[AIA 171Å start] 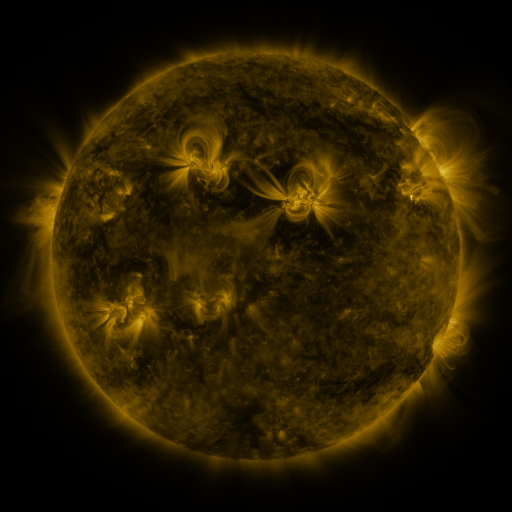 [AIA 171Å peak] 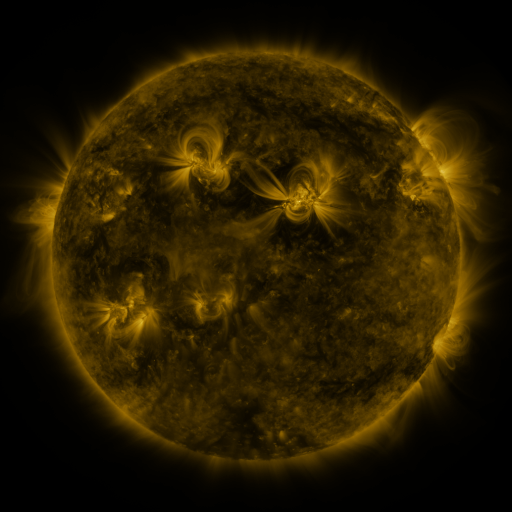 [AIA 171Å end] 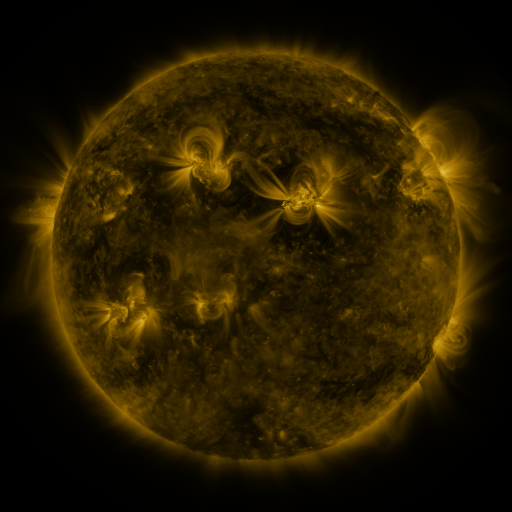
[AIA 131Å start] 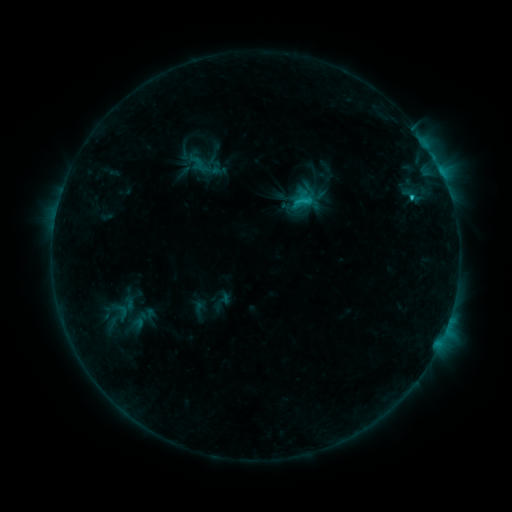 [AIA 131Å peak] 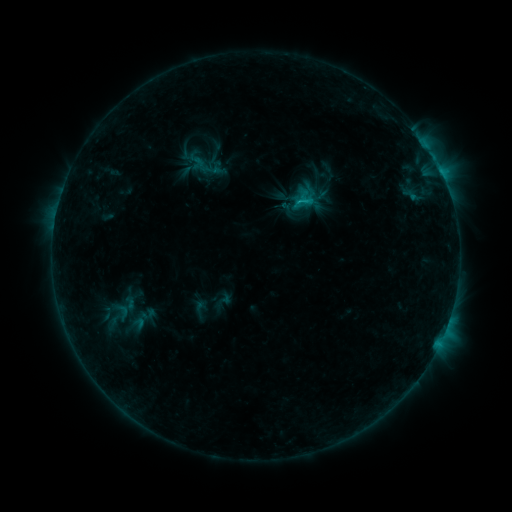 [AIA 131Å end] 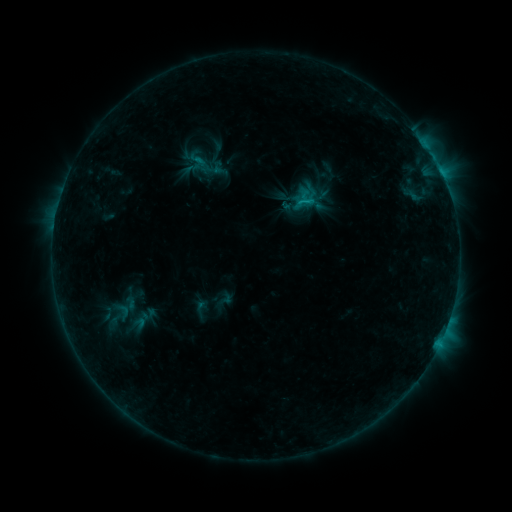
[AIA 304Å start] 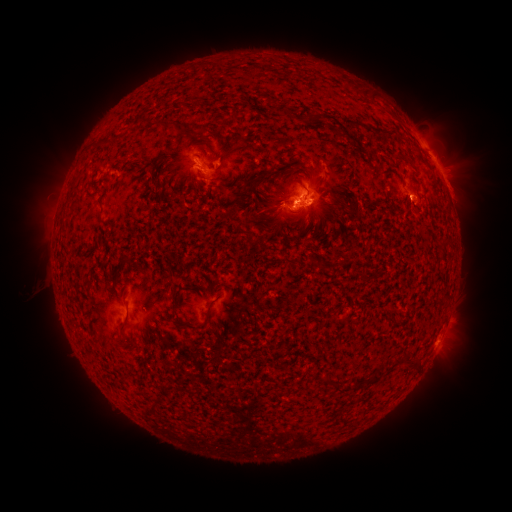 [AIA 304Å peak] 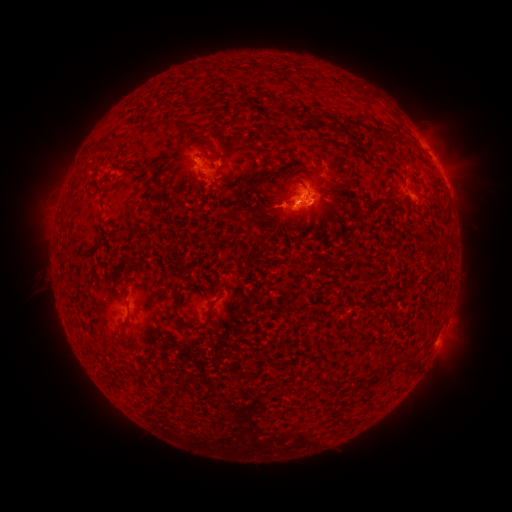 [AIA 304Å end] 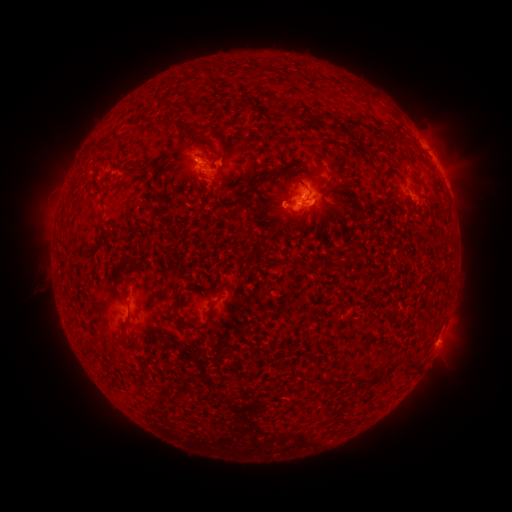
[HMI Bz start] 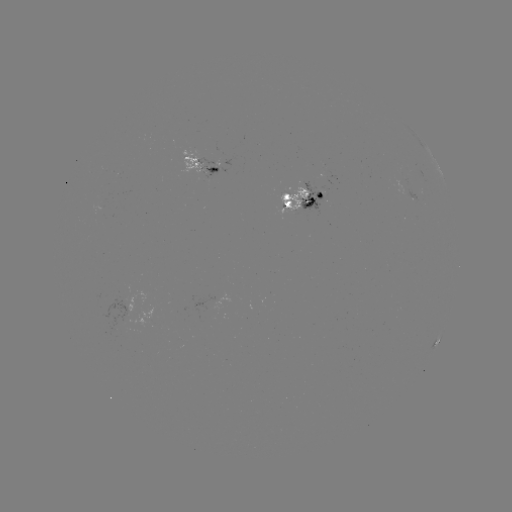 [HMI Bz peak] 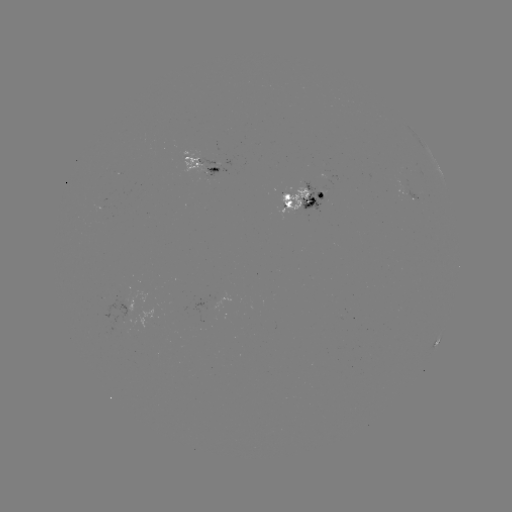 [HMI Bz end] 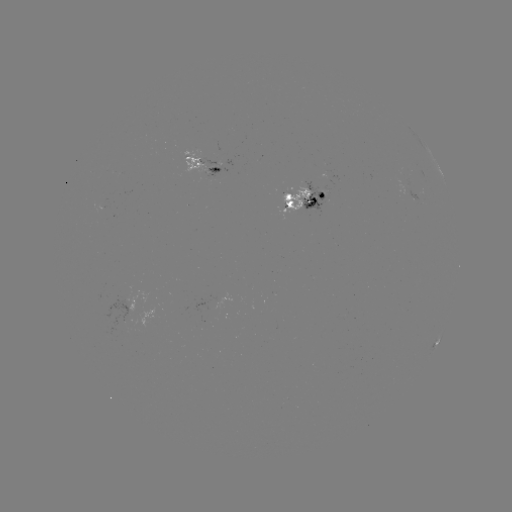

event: emerging-flux region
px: (195, 161)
